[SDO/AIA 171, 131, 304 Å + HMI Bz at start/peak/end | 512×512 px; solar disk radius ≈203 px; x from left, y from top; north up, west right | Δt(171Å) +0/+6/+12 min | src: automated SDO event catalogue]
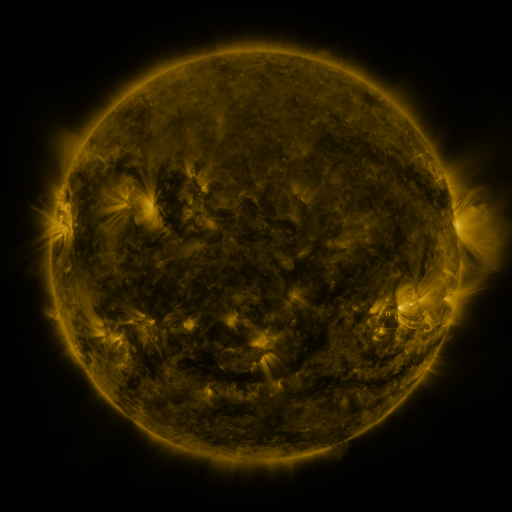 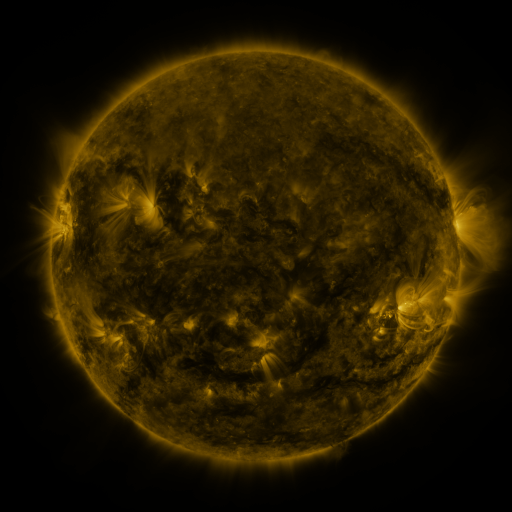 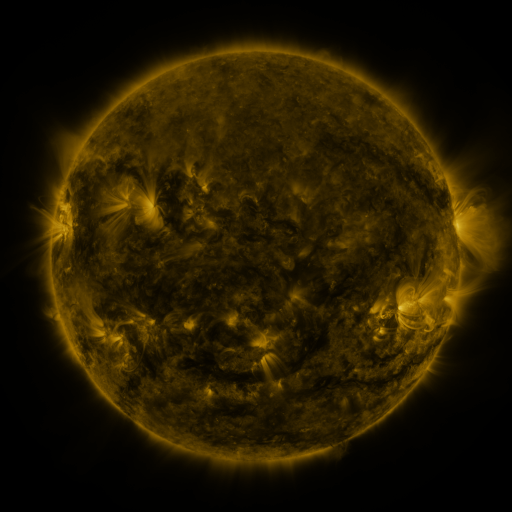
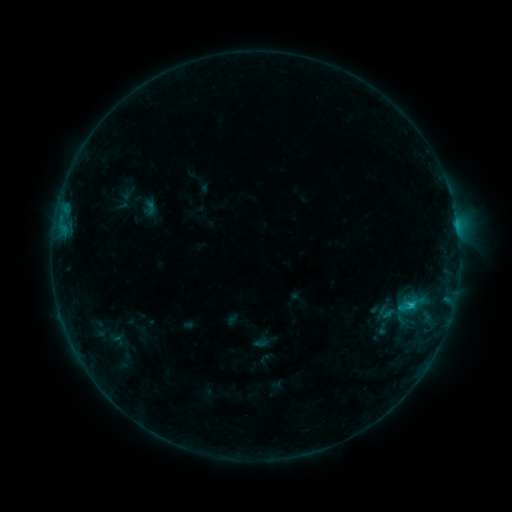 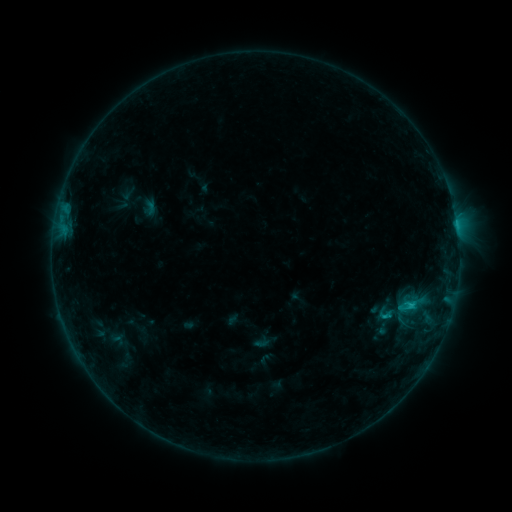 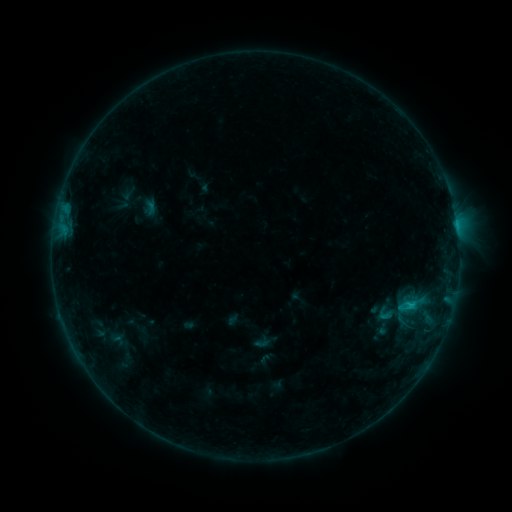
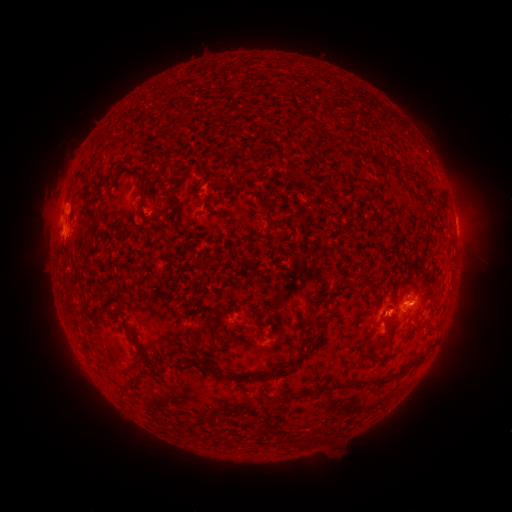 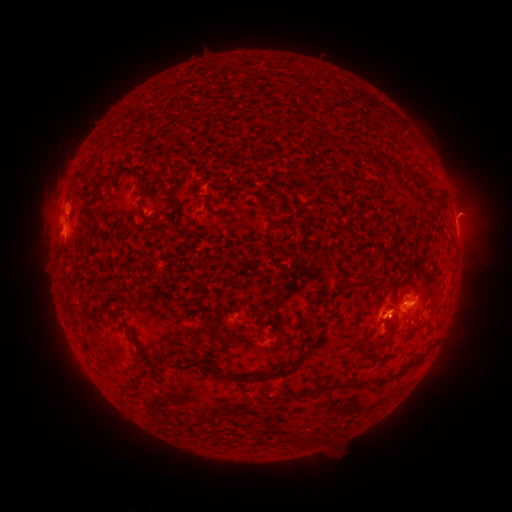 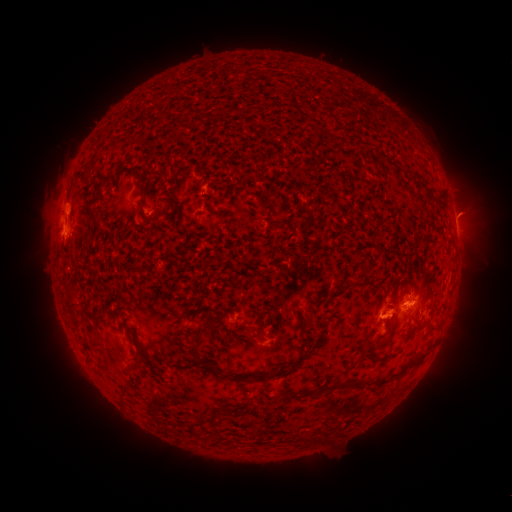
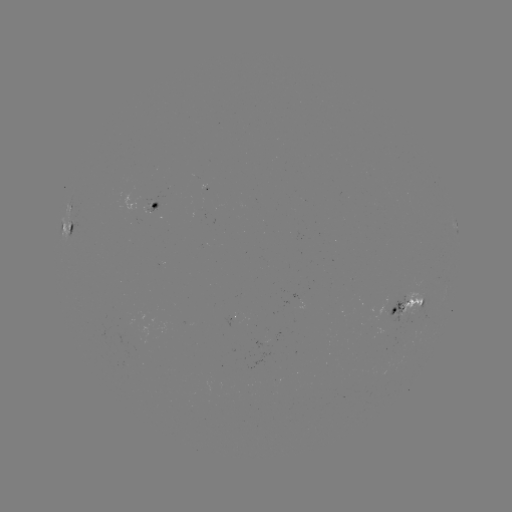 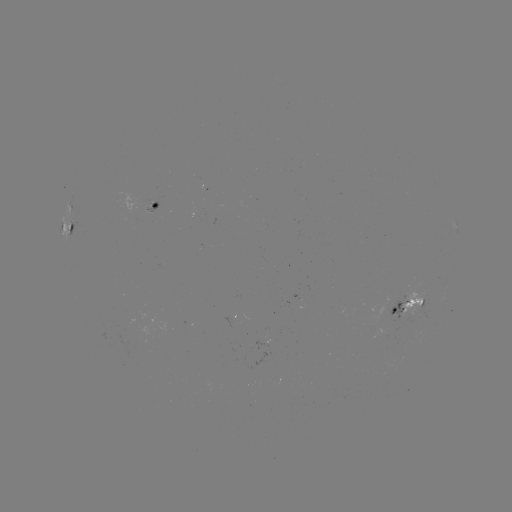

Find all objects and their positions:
eruption: (471, 211)
